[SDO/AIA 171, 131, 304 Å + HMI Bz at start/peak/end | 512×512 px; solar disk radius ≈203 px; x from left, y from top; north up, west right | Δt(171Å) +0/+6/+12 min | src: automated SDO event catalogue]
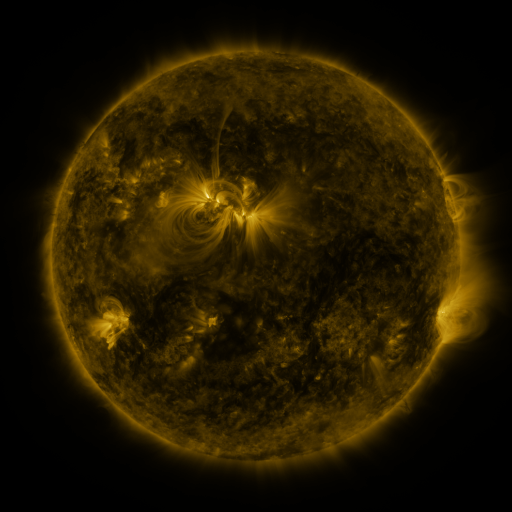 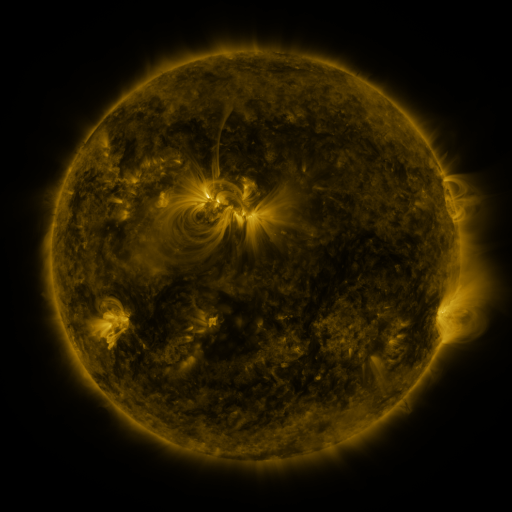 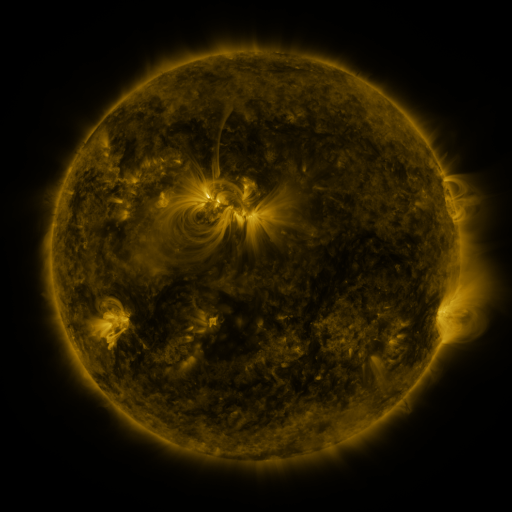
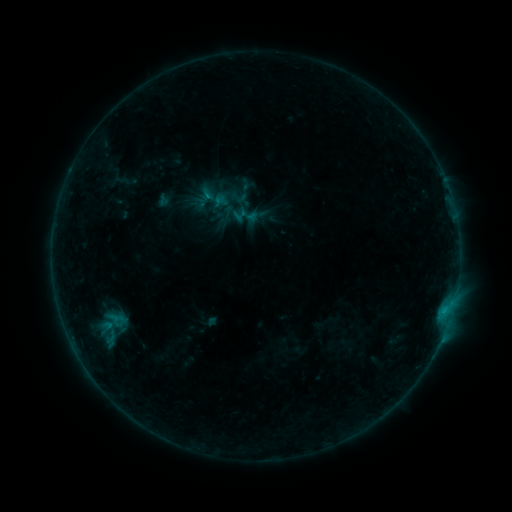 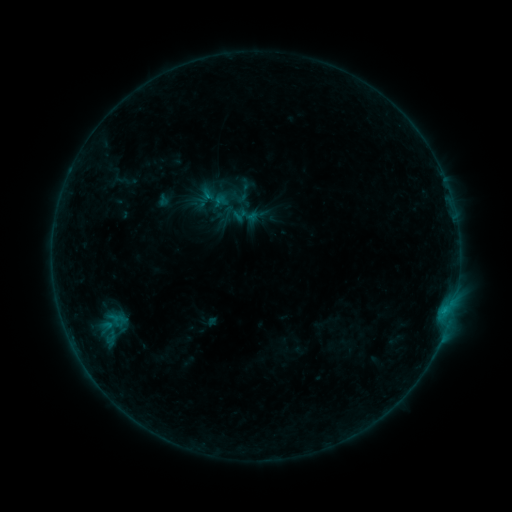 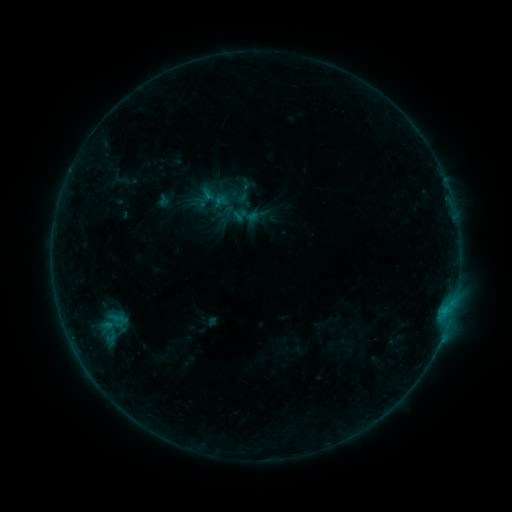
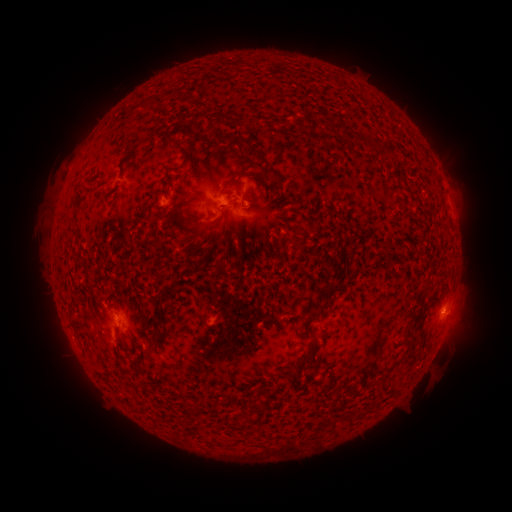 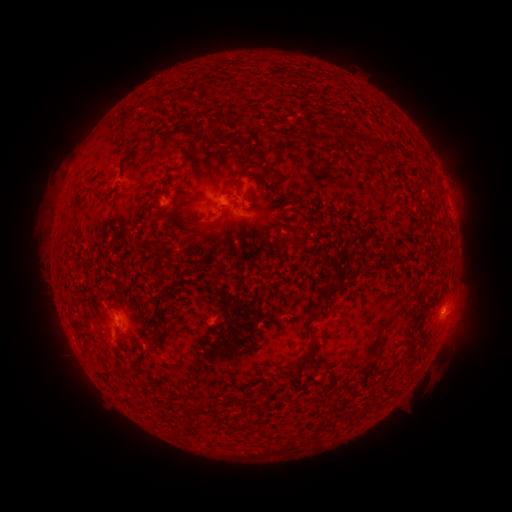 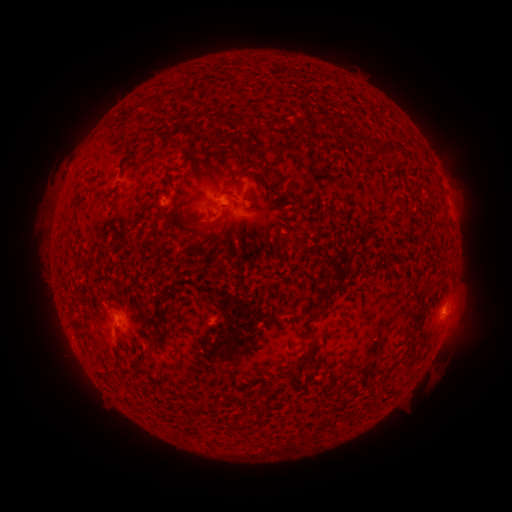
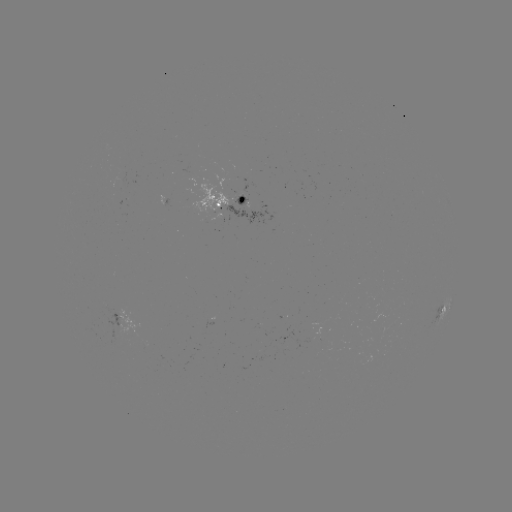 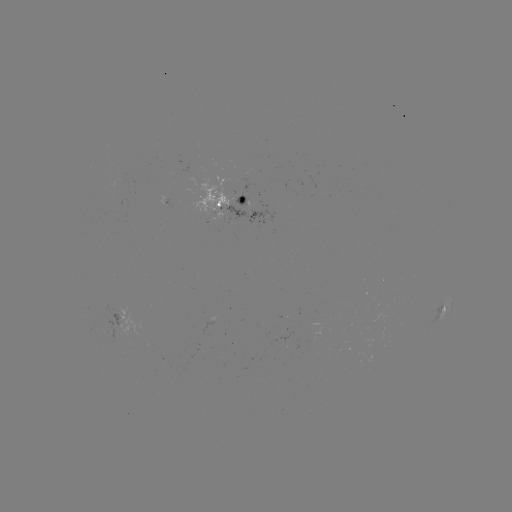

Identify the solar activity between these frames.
no flare in any classed list; no EUV-trigger detection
